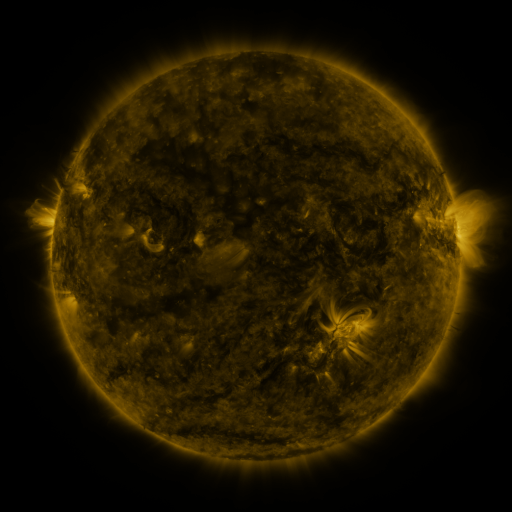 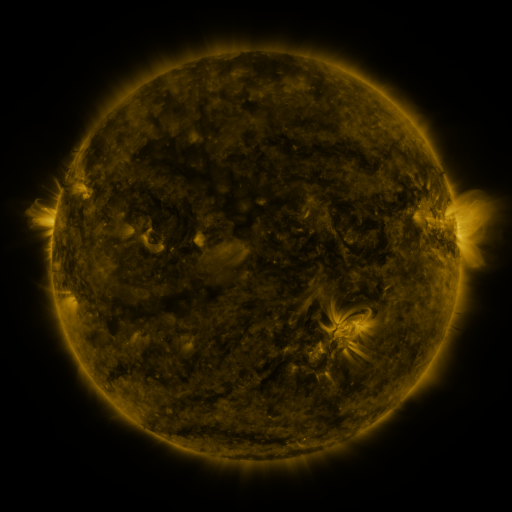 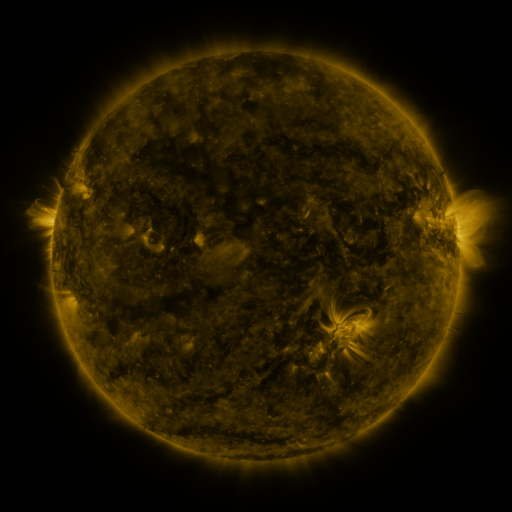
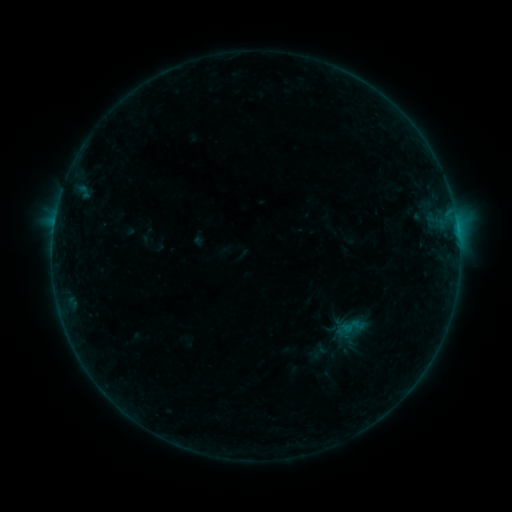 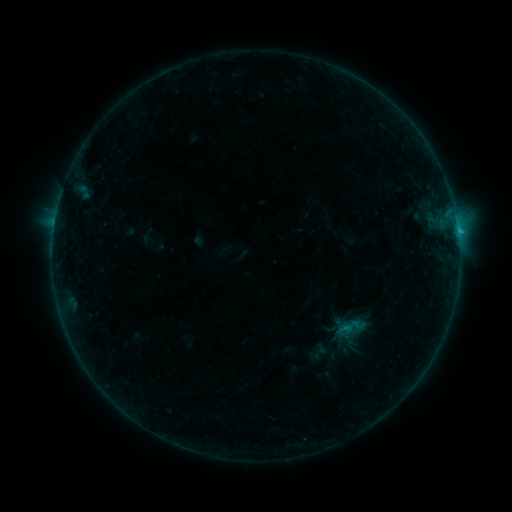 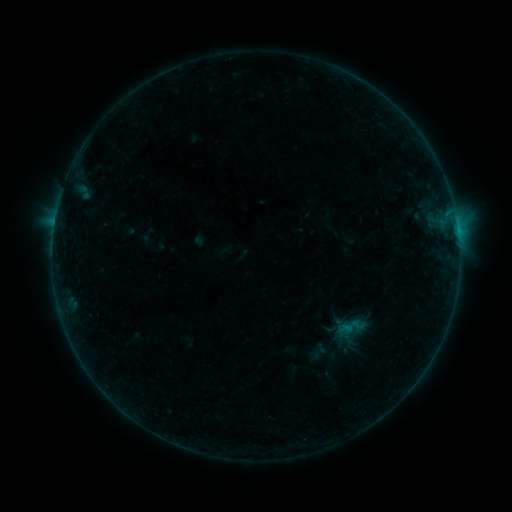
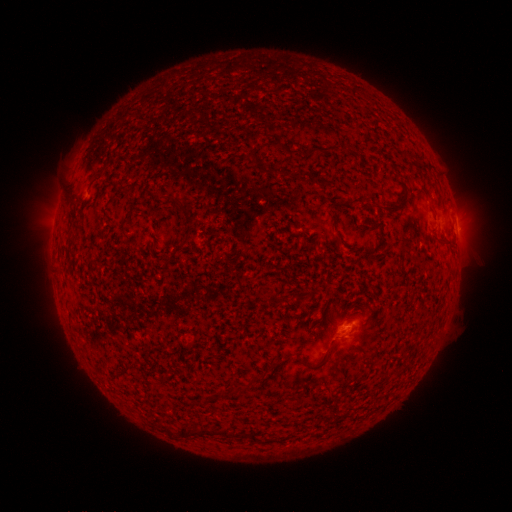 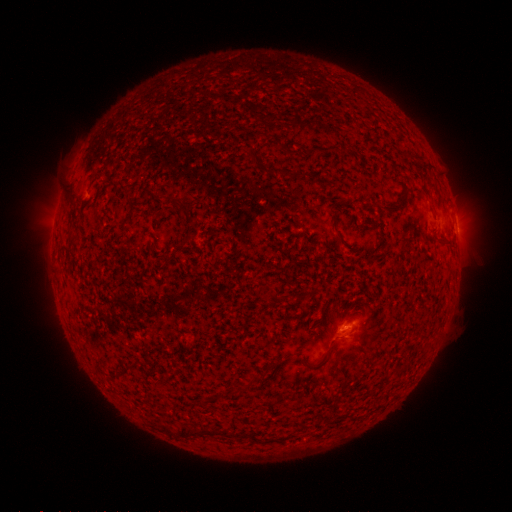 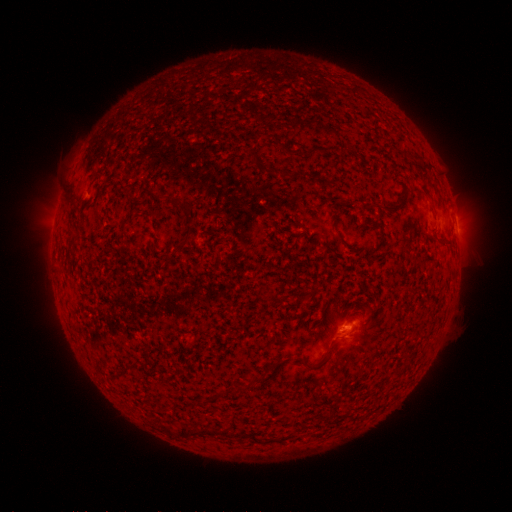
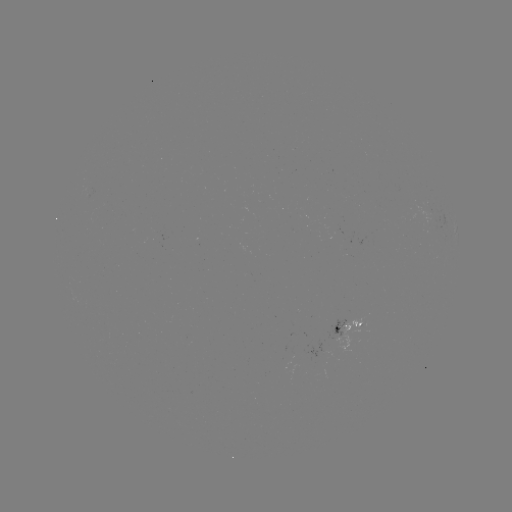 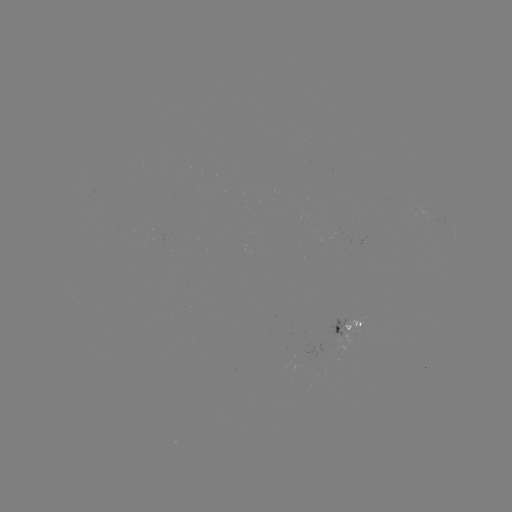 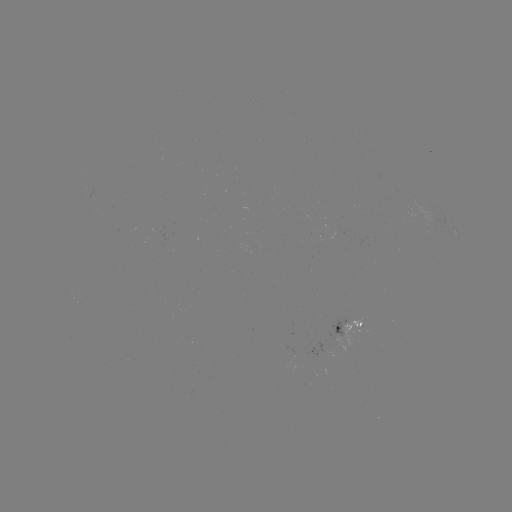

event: flare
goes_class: B4.2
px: (458, 235)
